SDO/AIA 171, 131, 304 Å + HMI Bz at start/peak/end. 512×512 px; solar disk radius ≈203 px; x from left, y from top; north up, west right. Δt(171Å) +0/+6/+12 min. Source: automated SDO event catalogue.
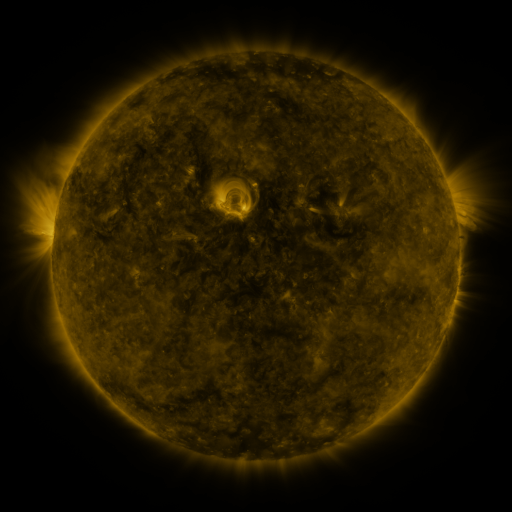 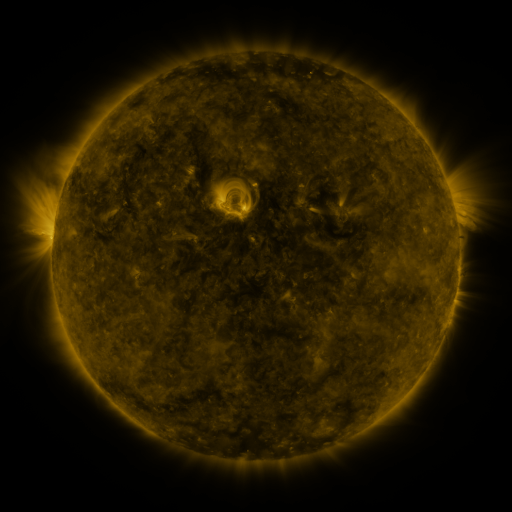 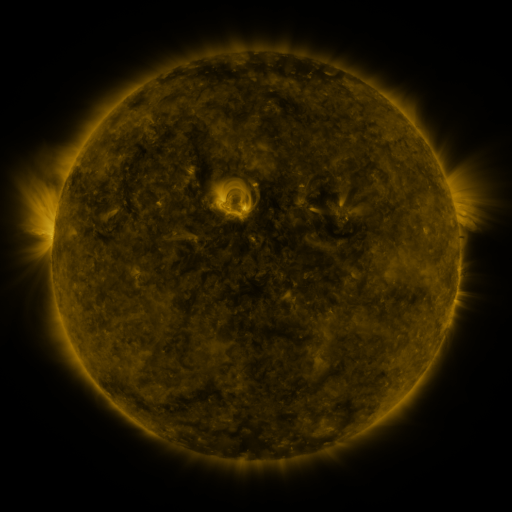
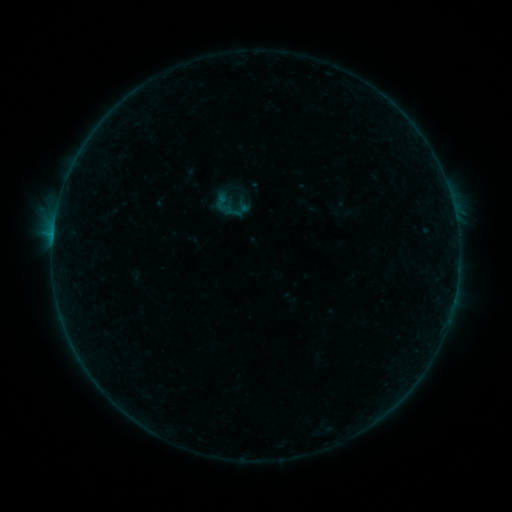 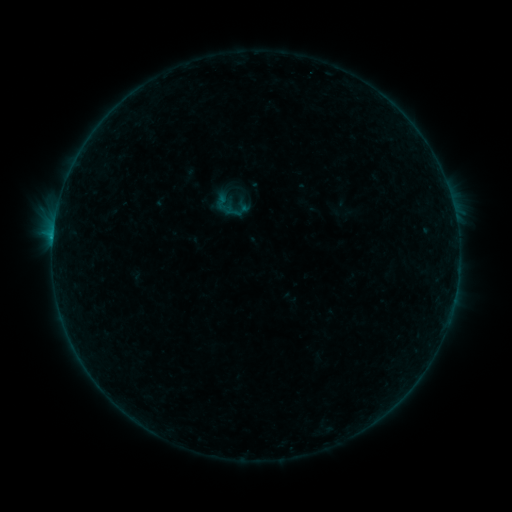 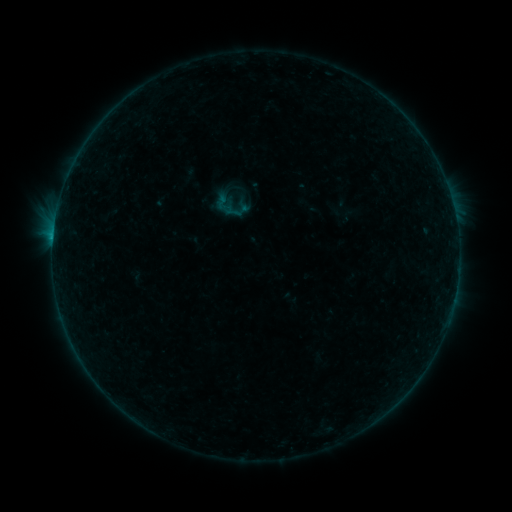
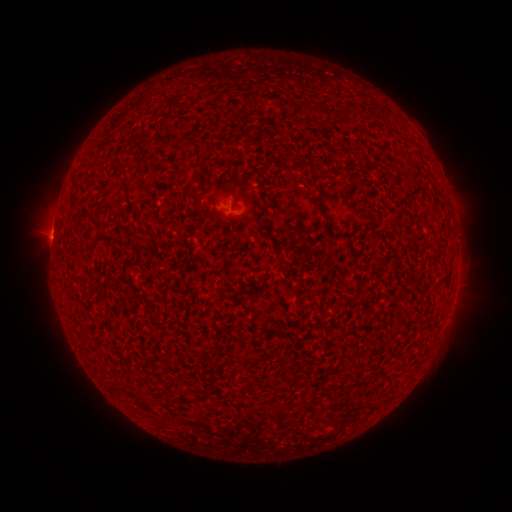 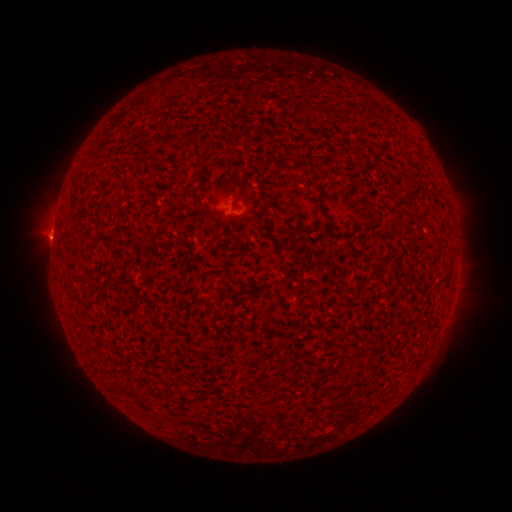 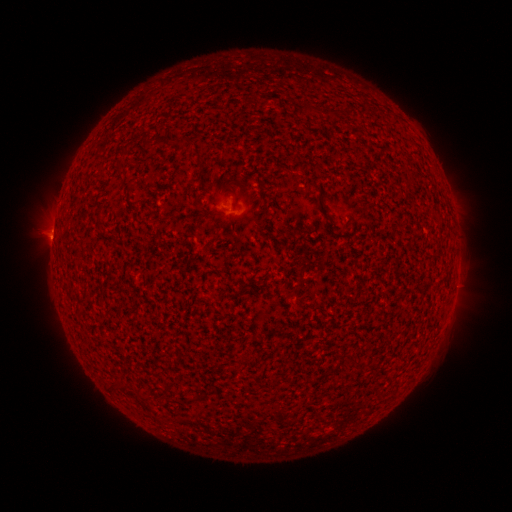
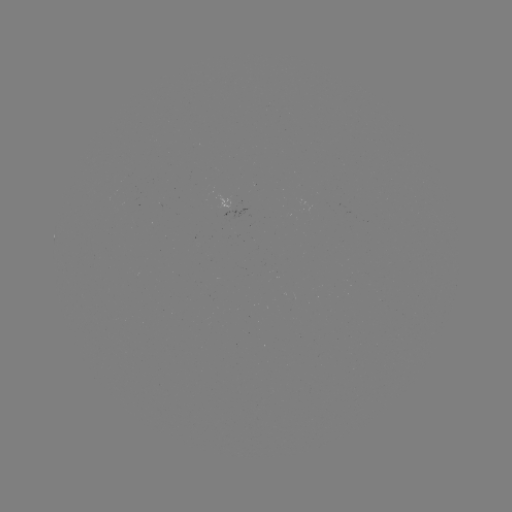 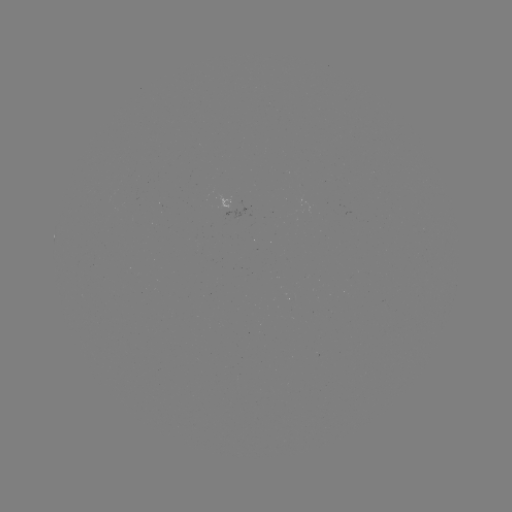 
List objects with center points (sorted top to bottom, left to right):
B2.4 flare: (53, 241)
